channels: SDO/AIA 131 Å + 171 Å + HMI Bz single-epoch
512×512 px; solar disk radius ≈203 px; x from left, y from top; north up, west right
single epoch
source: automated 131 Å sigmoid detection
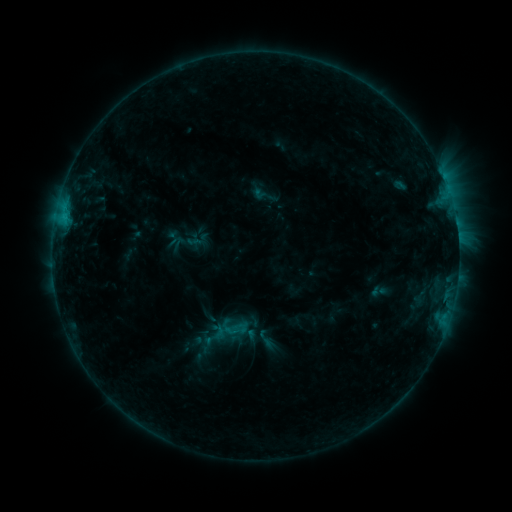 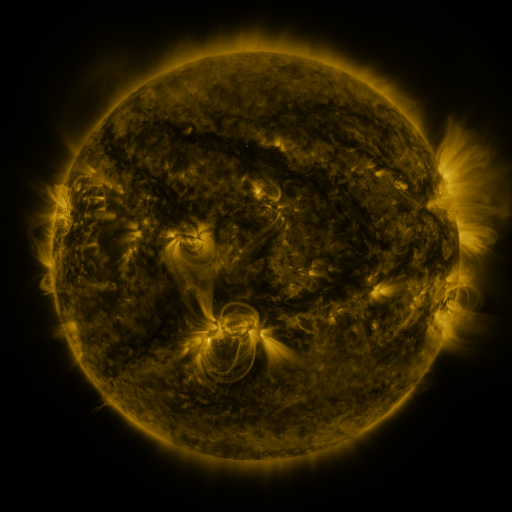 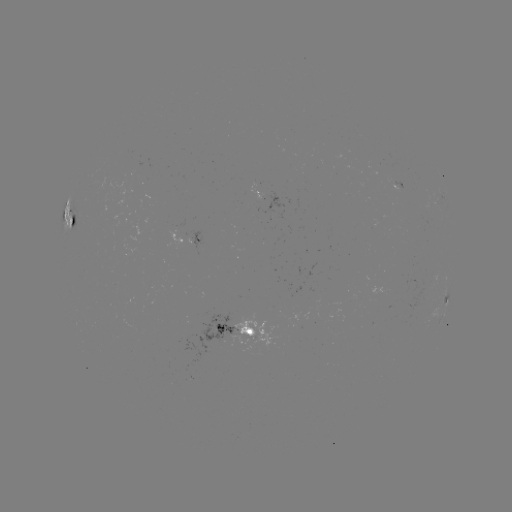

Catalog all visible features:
sigmoid: (222, 320, 246, 342)
